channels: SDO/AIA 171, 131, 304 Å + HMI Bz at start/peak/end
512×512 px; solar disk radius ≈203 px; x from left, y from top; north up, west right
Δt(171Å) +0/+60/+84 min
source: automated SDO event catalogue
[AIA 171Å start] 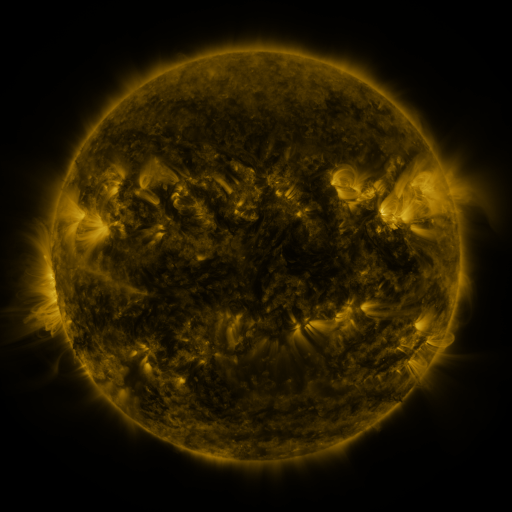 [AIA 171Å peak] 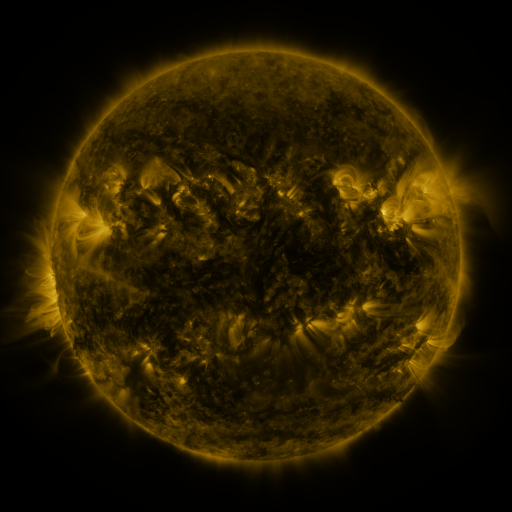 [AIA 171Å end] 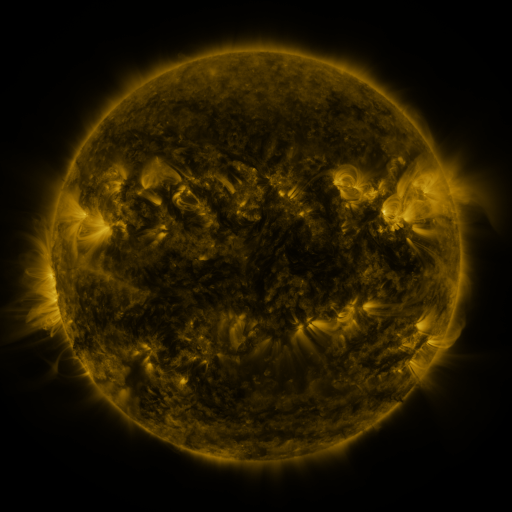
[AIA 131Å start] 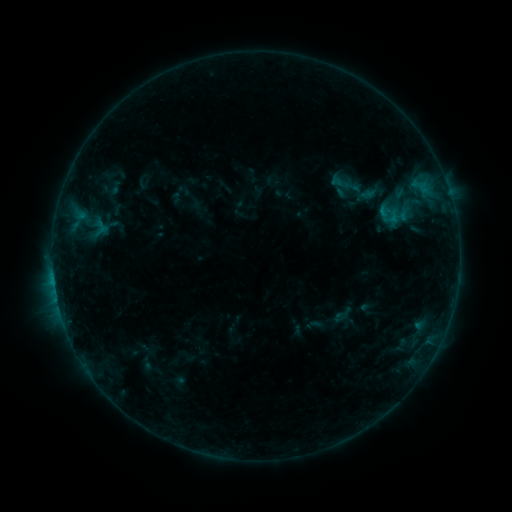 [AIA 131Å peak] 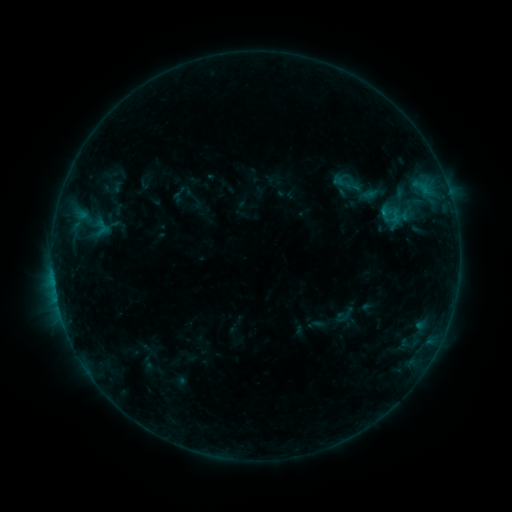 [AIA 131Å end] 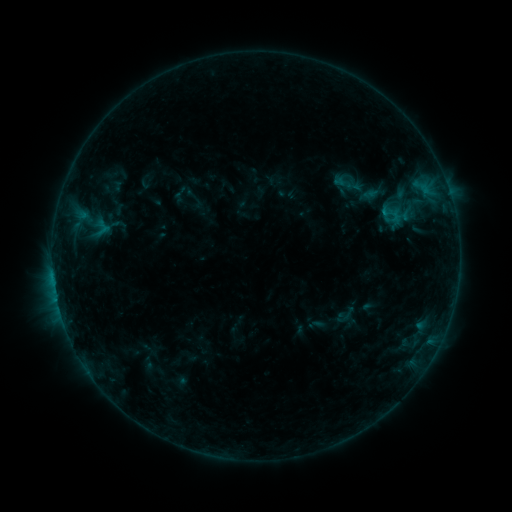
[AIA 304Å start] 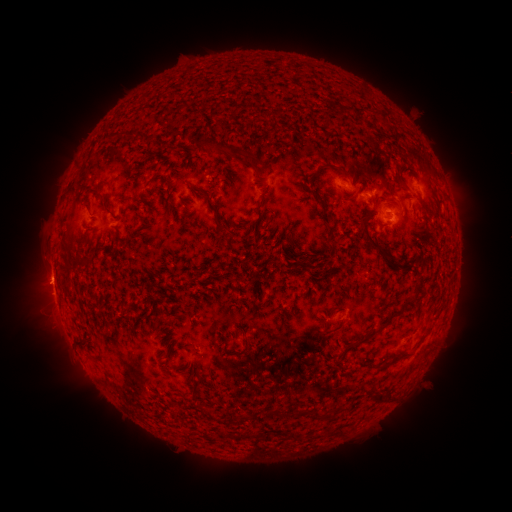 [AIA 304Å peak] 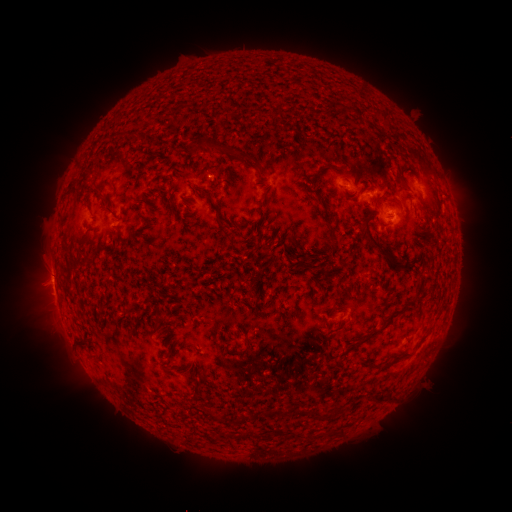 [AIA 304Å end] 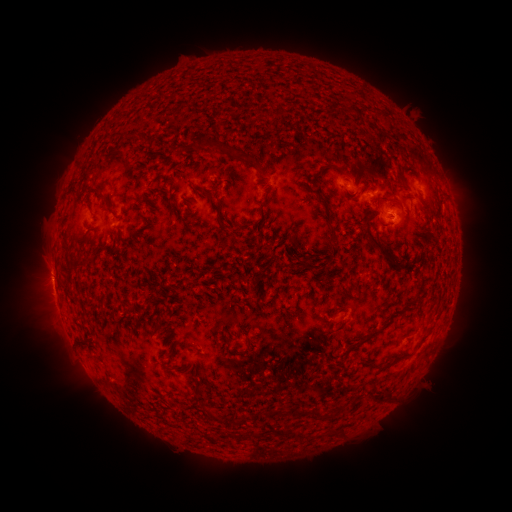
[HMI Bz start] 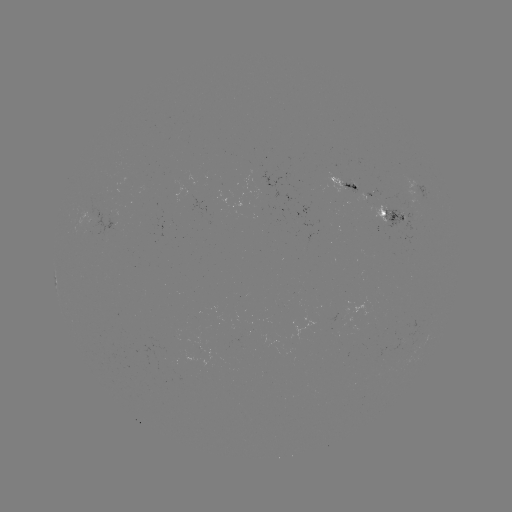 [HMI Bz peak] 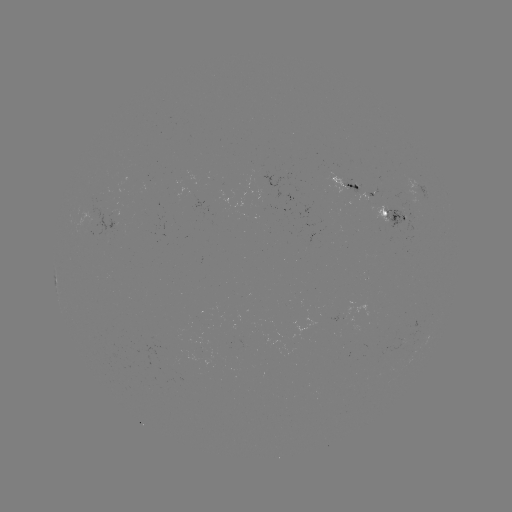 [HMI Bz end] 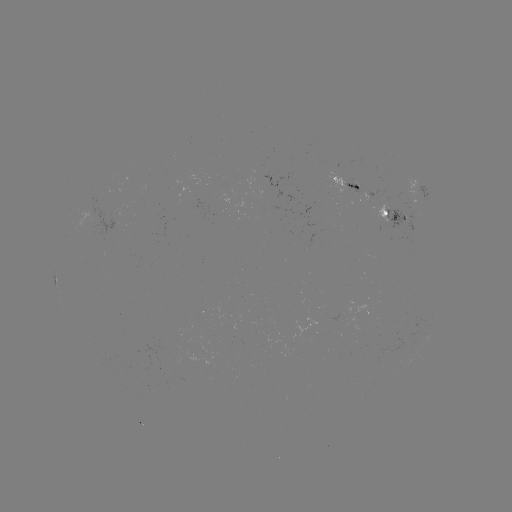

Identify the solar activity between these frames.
emerging-flux region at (341, 321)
